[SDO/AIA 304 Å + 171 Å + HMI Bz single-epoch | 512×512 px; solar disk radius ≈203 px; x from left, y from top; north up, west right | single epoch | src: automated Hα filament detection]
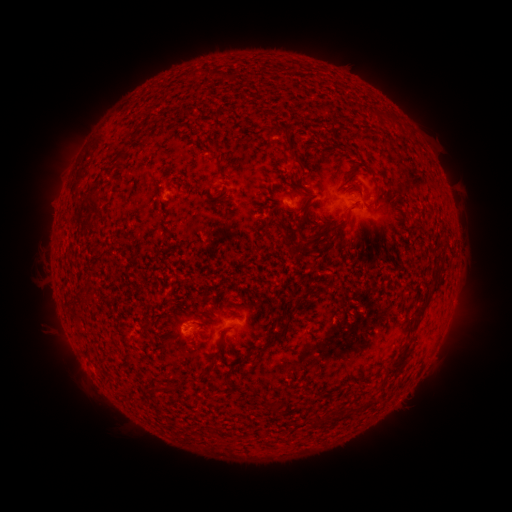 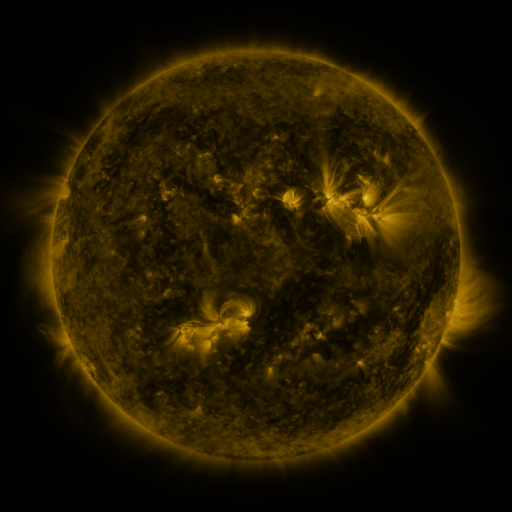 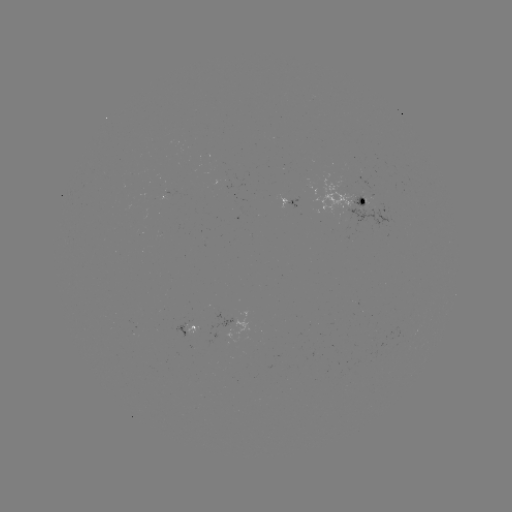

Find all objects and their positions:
filament: (195, 74)
filament: (389, 117)
filament: (273, 132)
filament: (288, 135)
filament: (214, 147)
filament: (122, 154)
filament: (296, 157)
filament: (222, 172)
filament: (91, 207)
filament: (81, 215)
filament: (342, 223)
filament: (88, 289)
filament: (267, 313)
filament: (421, 314)
filament: (279, 336)
filament: (219, 351)
filament: (242, 360)
filament: (401, 361)
filament: (204, 374)
filament: (170, 389)
filament: (275, 407)
filament: (317, 419)
